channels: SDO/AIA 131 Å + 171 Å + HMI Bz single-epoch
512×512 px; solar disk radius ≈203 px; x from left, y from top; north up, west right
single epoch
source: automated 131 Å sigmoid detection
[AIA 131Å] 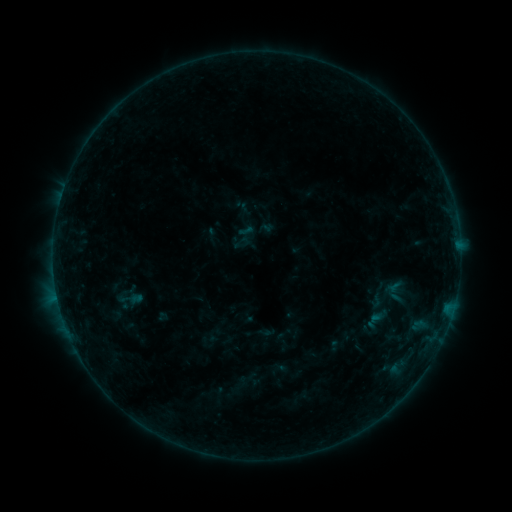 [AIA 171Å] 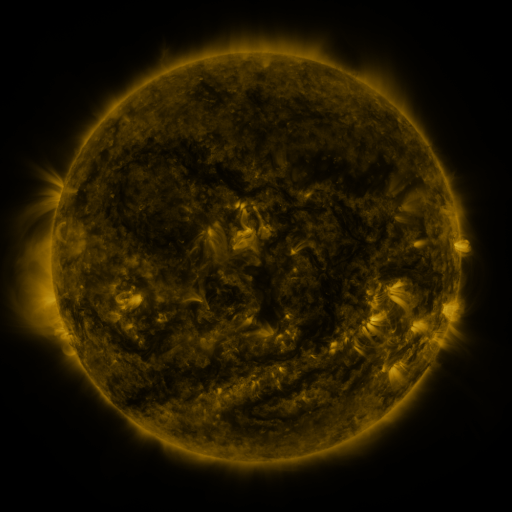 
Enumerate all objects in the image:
sigmoid: (376, 300)
